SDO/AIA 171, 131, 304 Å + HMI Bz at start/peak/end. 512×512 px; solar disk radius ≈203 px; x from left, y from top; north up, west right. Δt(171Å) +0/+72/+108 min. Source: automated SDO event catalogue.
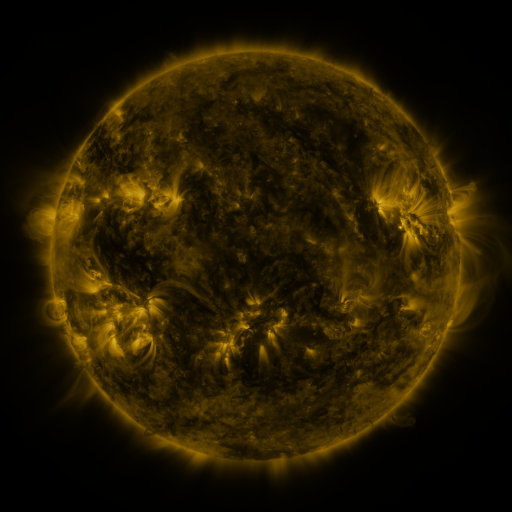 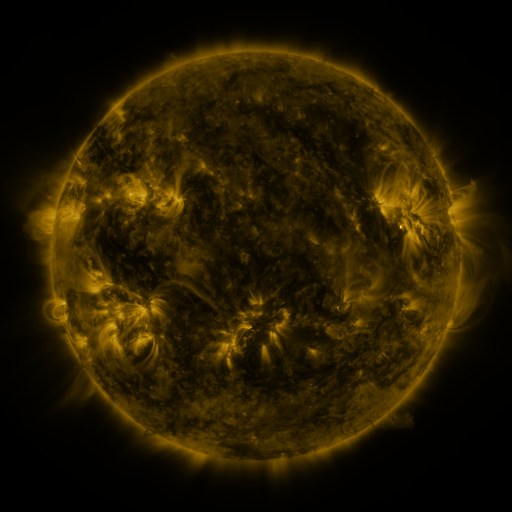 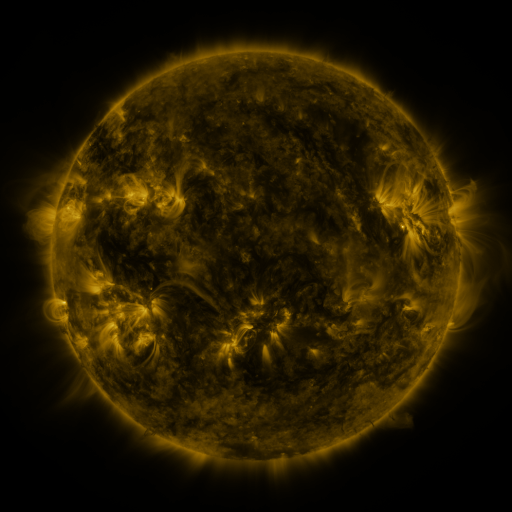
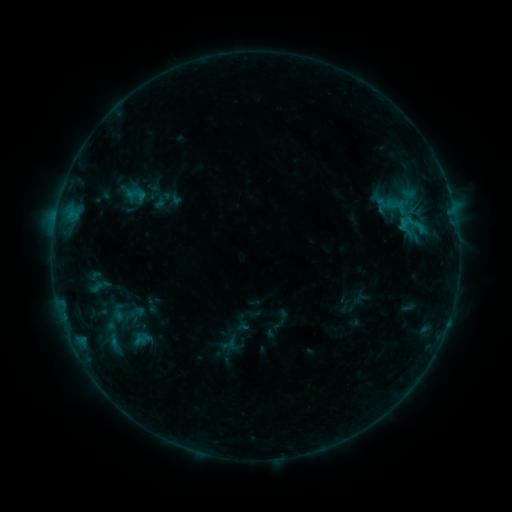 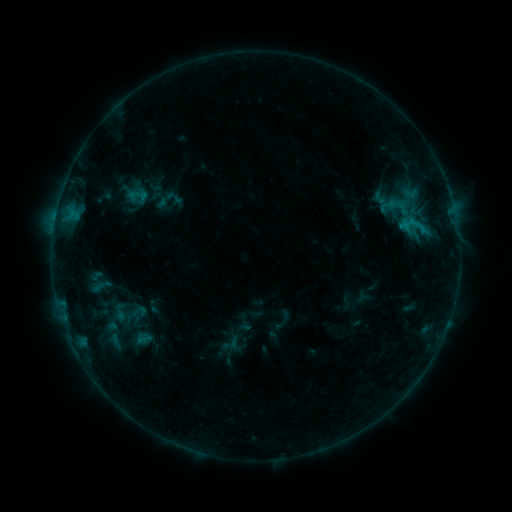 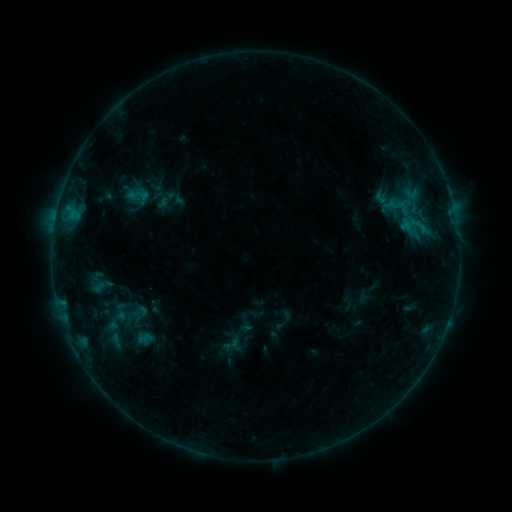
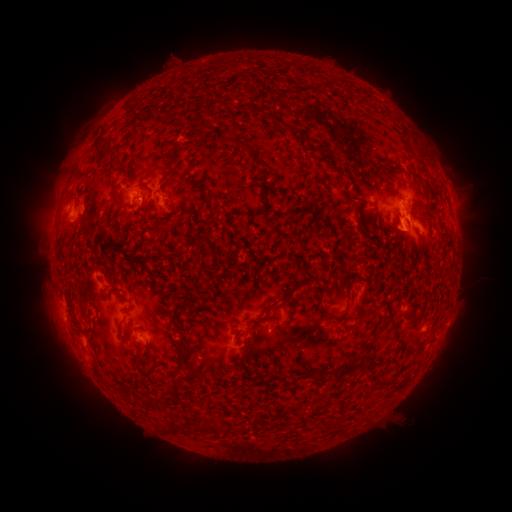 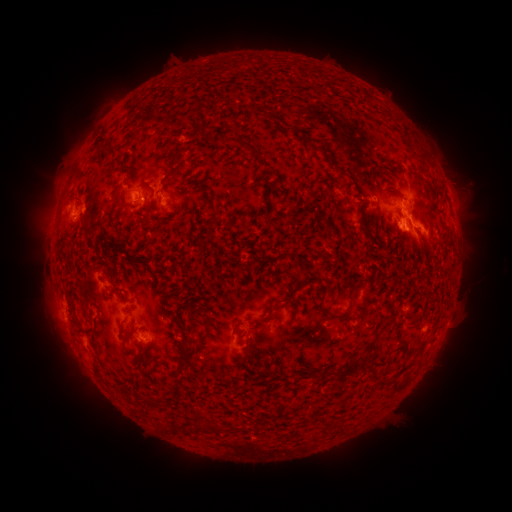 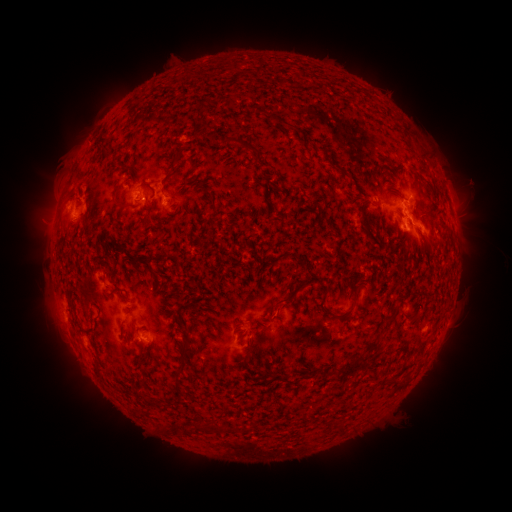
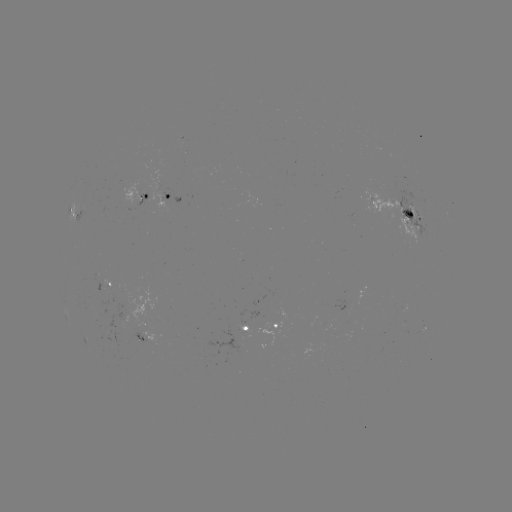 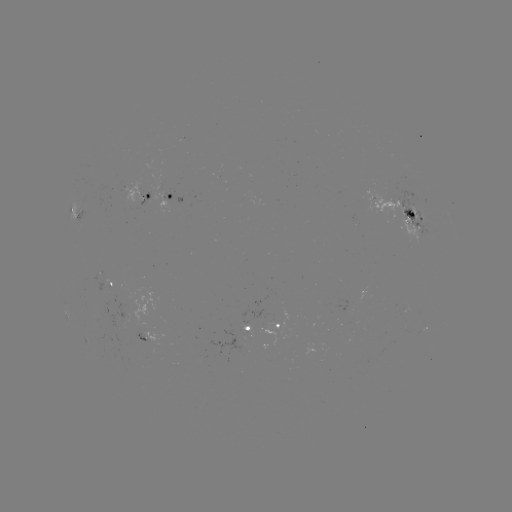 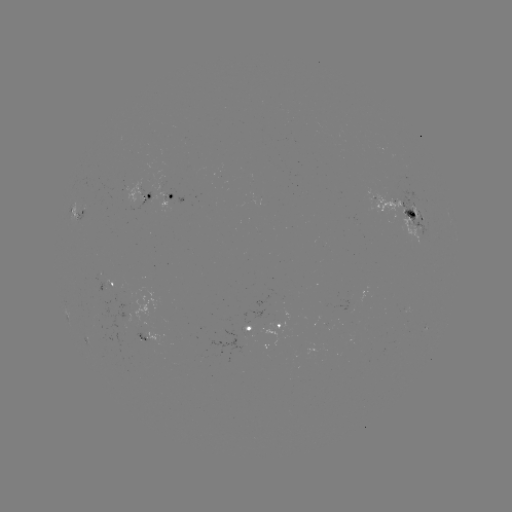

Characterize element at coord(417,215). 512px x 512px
emerging-flux region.